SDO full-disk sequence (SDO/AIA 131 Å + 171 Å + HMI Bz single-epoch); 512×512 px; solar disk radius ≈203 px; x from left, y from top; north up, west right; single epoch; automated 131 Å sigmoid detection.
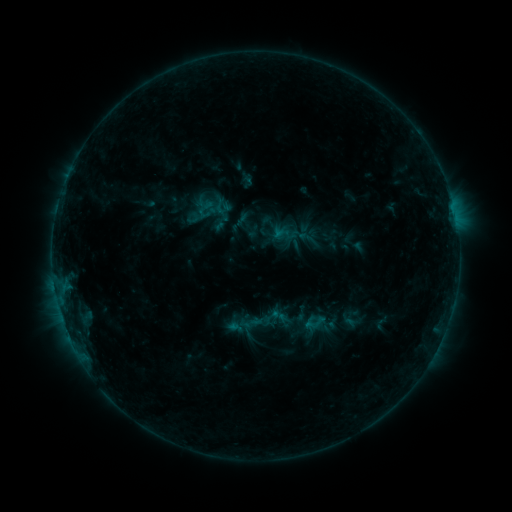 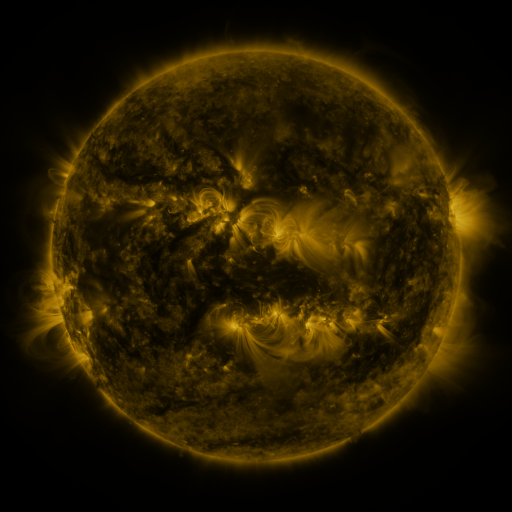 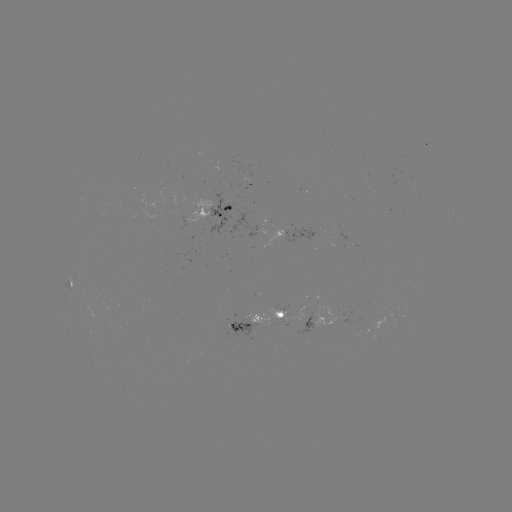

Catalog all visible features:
sigmoid: (273, 223, 296, 246)
sigmoid: (298, 229, 315, 246)
sigmoid: (269, 306, 289, 326)
